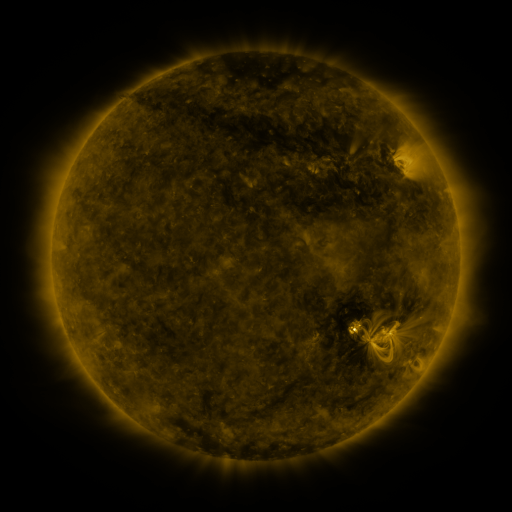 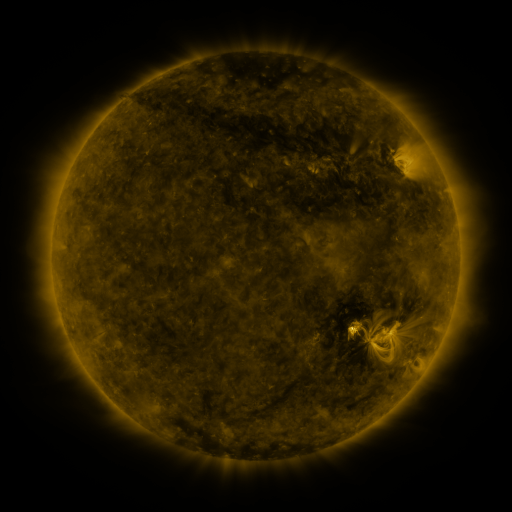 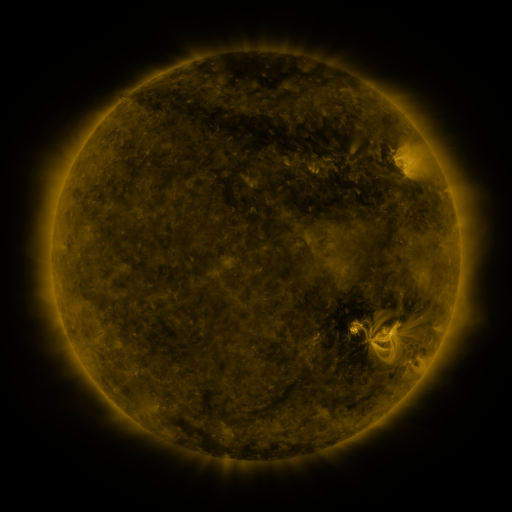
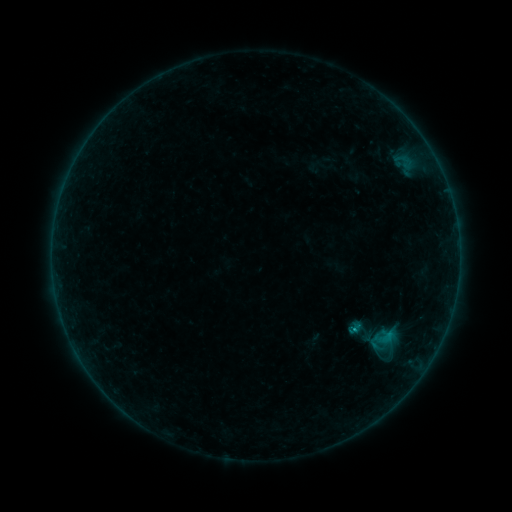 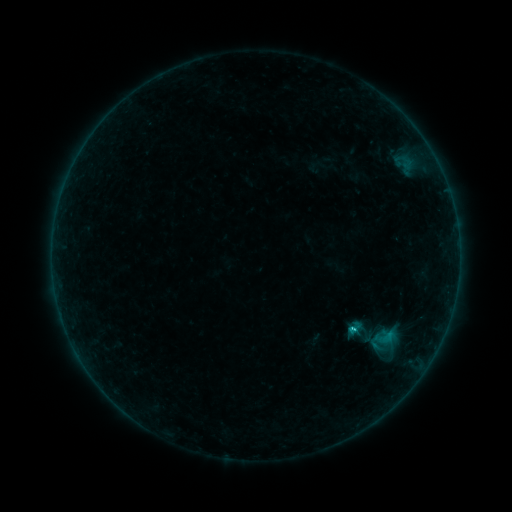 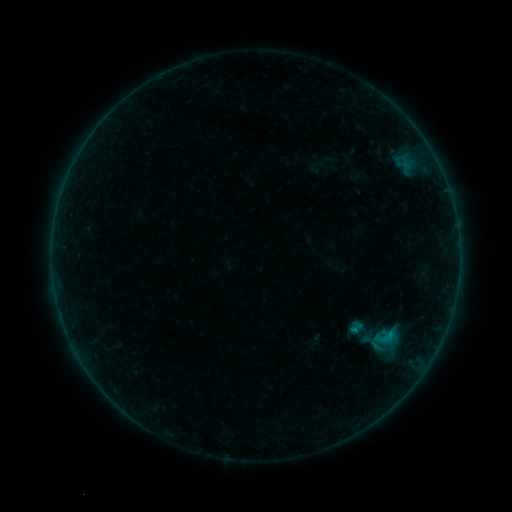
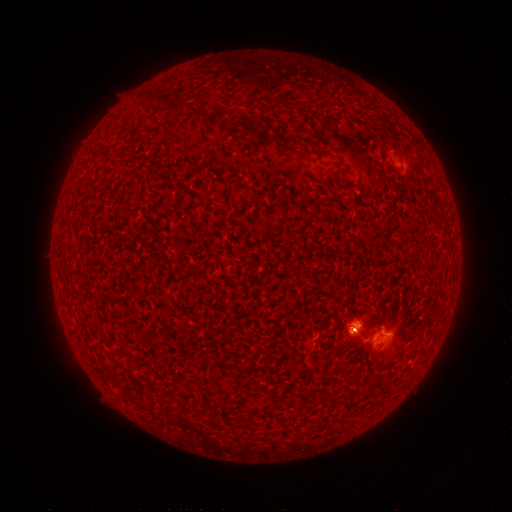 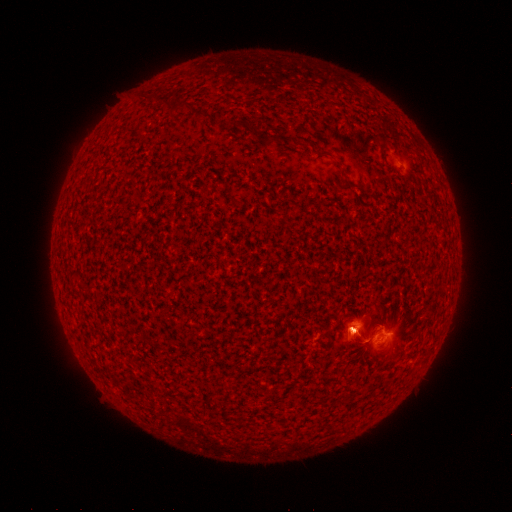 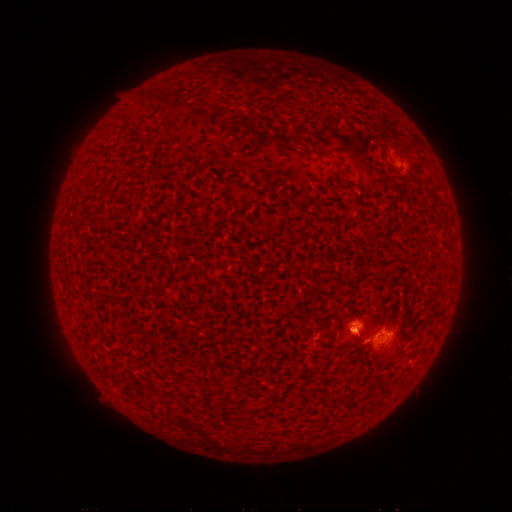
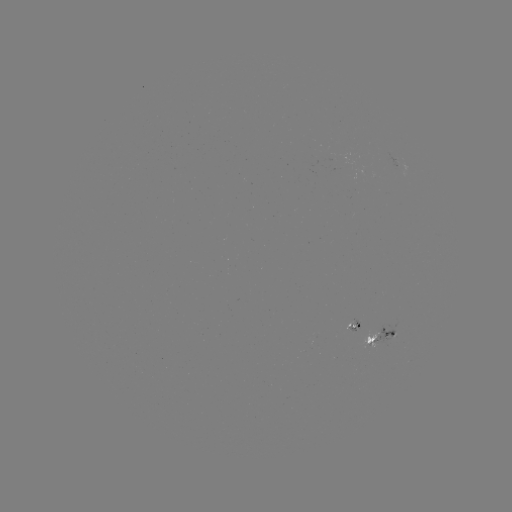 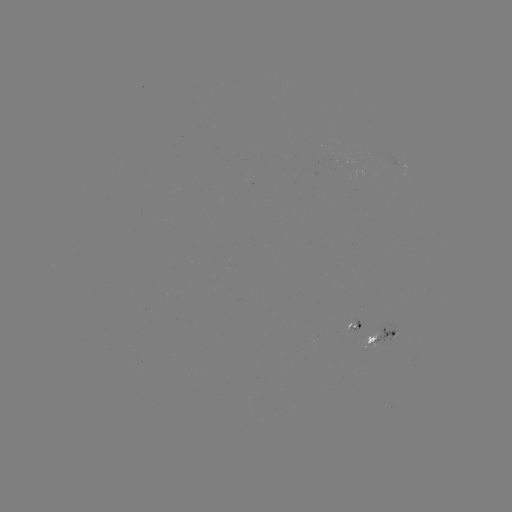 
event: flare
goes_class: C1.1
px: (353, 329)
